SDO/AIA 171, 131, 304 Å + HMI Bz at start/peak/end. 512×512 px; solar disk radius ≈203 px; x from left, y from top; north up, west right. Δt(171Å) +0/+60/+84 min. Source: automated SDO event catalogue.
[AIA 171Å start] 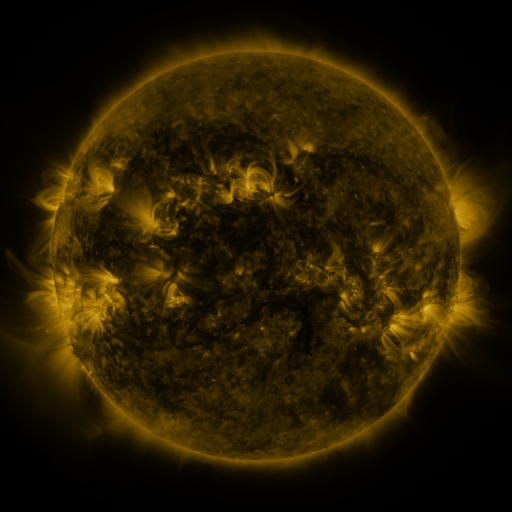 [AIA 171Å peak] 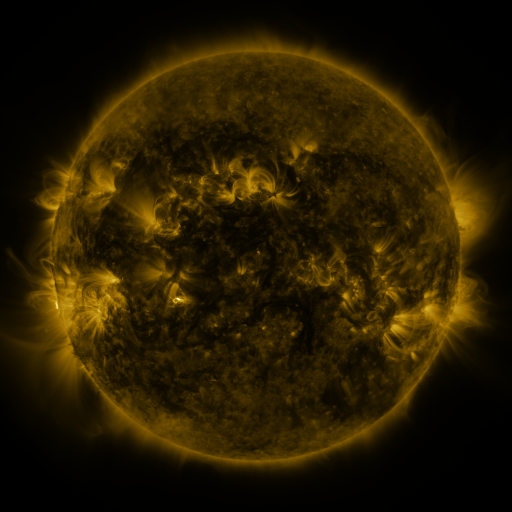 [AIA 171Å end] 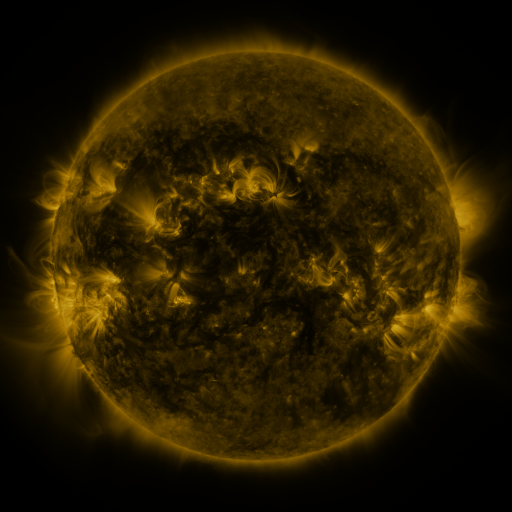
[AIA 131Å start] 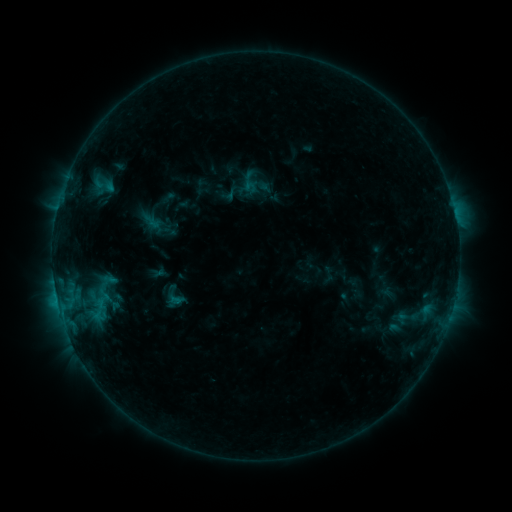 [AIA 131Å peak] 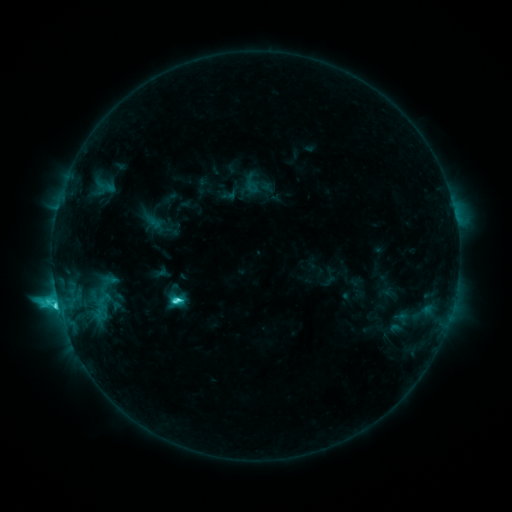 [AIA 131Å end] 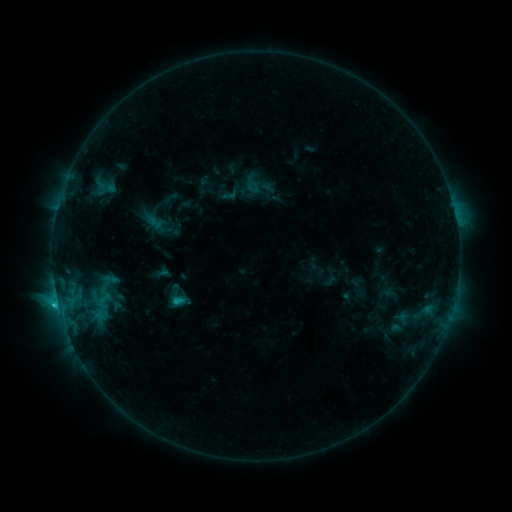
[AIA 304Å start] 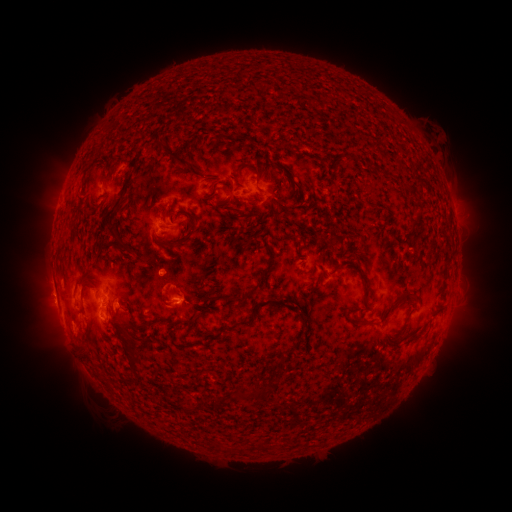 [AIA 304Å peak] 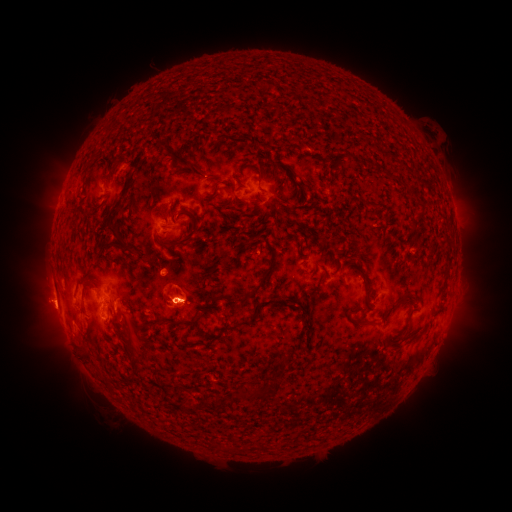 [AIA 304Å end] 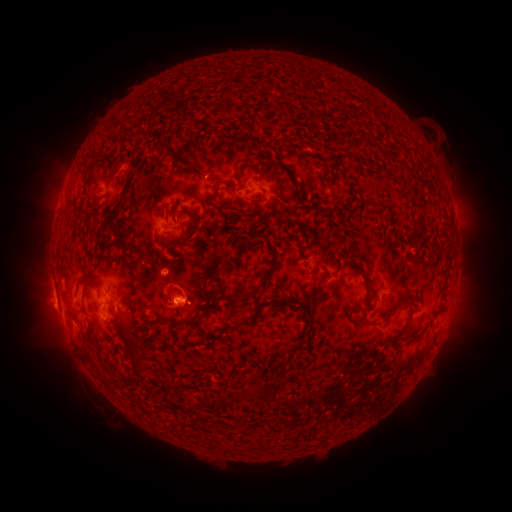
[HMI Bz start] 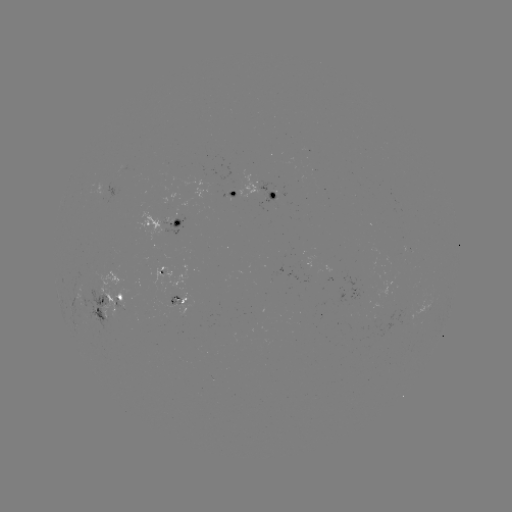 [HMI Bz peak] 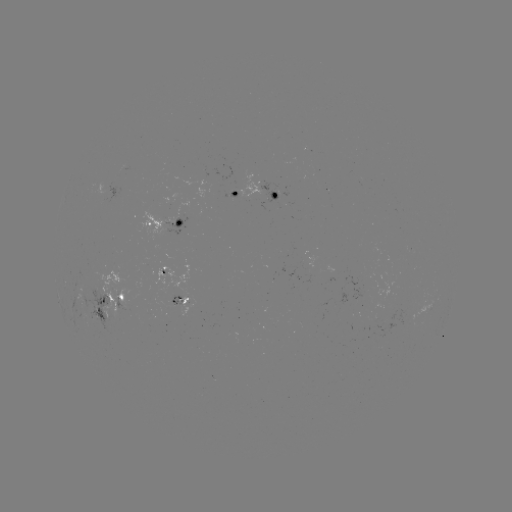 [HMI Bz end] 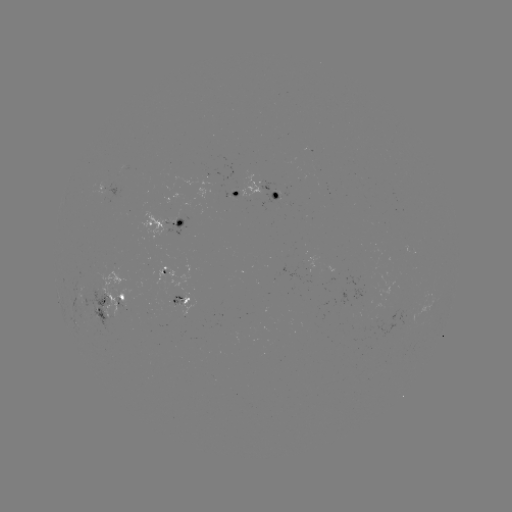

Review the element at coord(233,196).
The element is emerging-flux region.